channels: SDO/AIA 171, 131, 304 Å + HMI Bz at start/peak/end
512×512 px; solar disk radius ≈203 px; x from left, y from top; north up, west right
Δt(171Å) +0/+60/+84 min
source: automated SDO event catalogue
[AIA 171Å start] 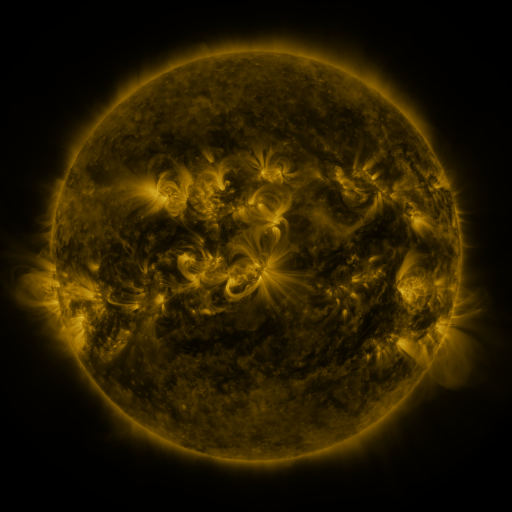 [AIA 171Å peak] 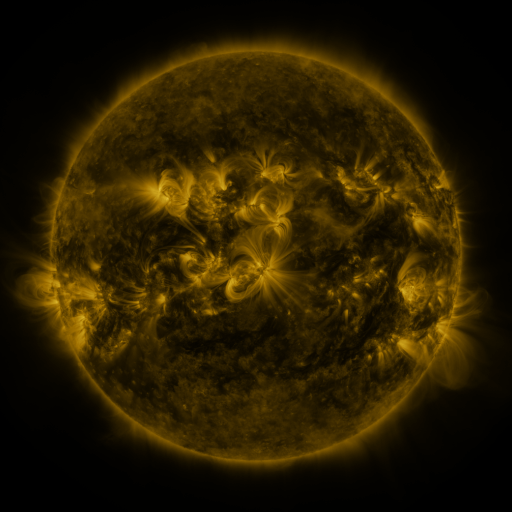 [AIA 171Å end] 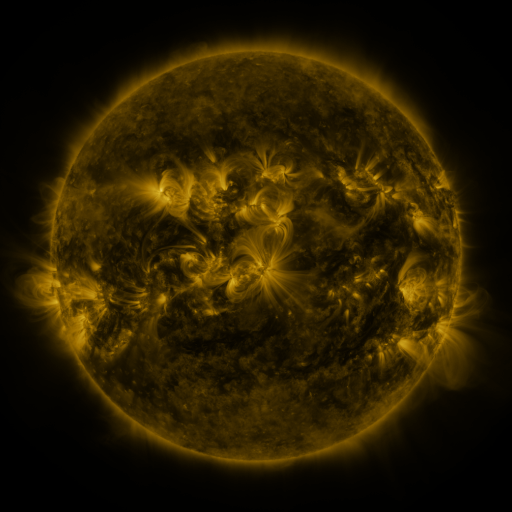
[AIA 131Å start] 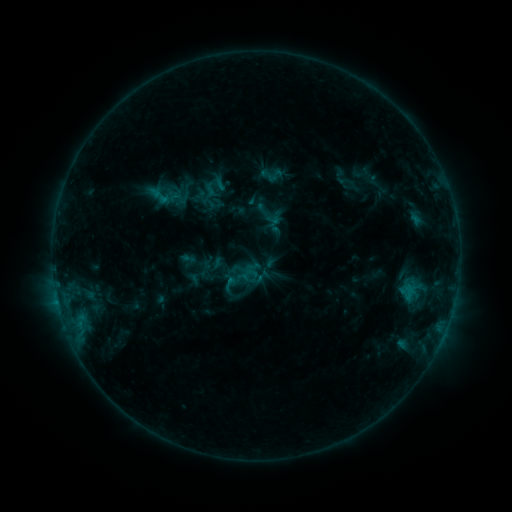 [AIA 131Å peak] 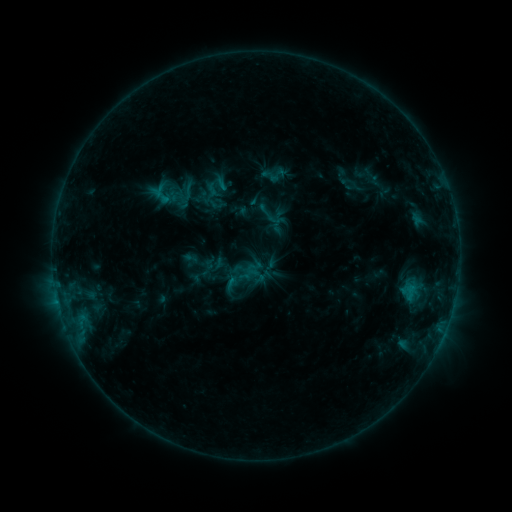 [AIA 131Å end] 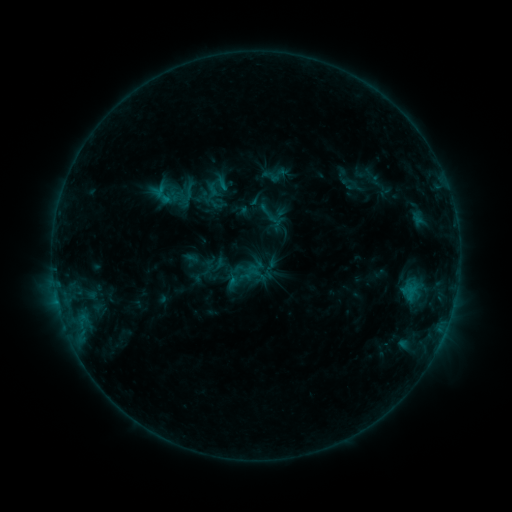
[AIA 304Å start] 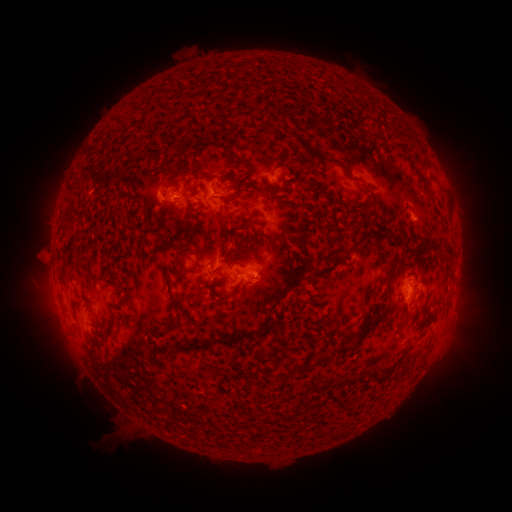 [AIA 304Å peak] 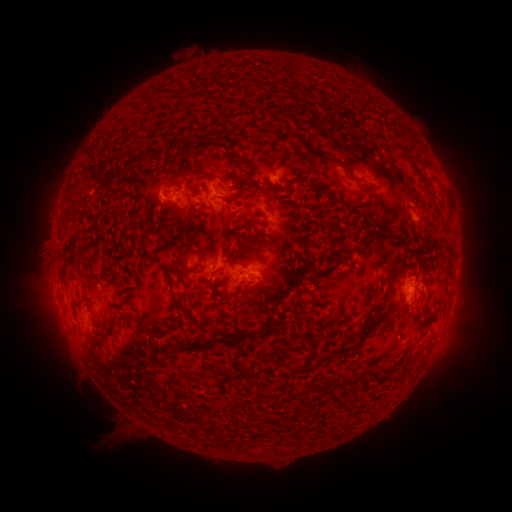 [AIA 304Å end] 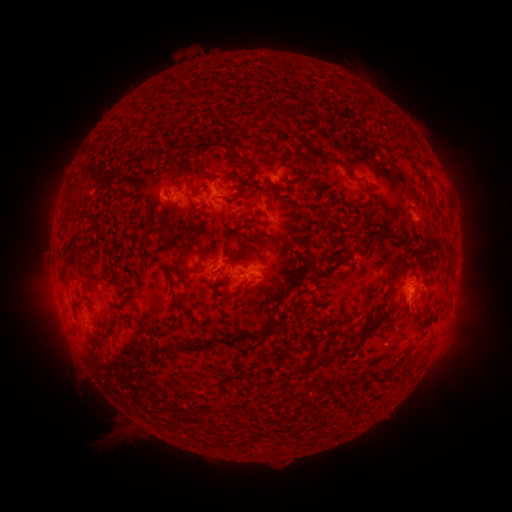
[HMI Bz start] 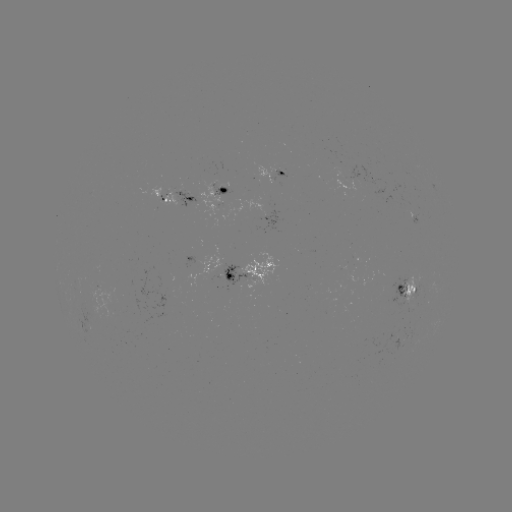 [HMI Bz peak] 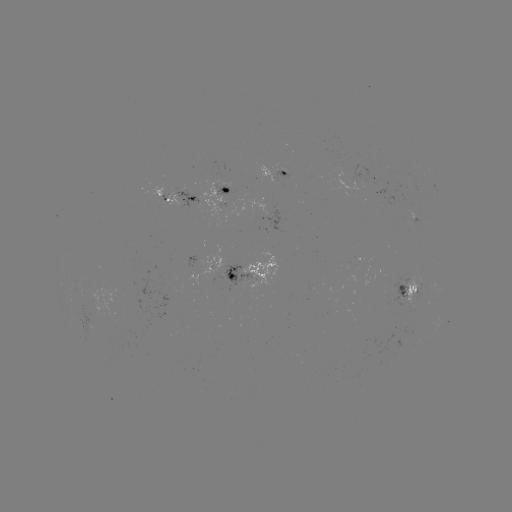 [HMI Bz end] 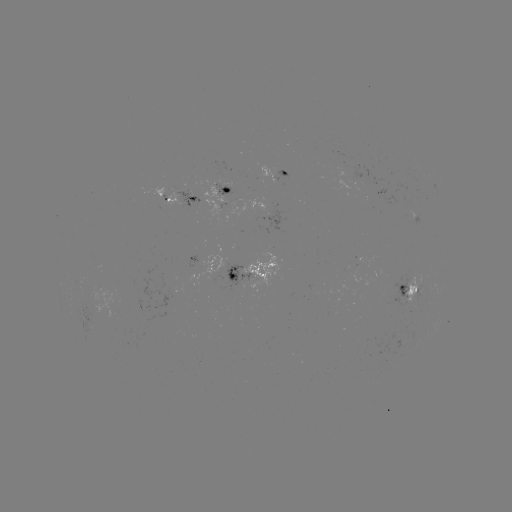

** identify emerging-flux region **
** (280, 169) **